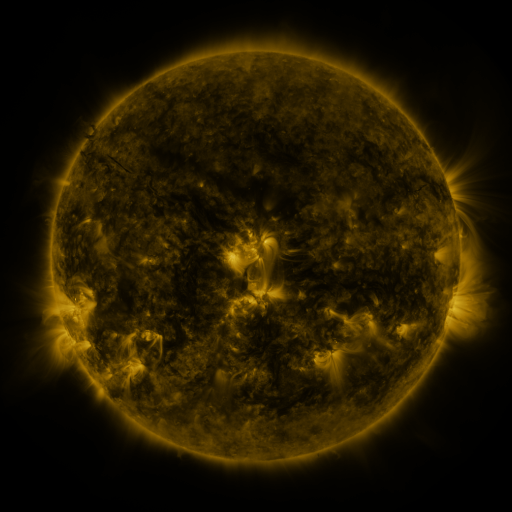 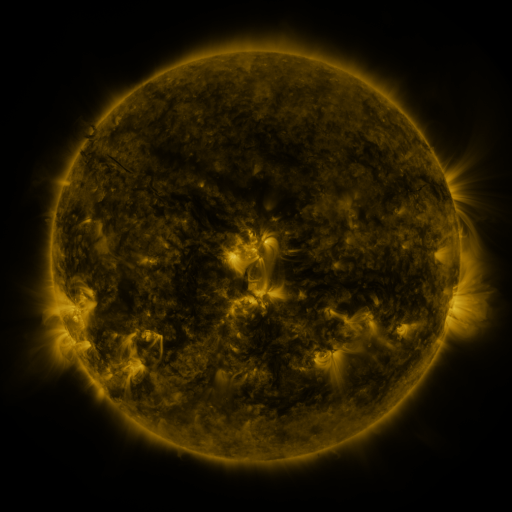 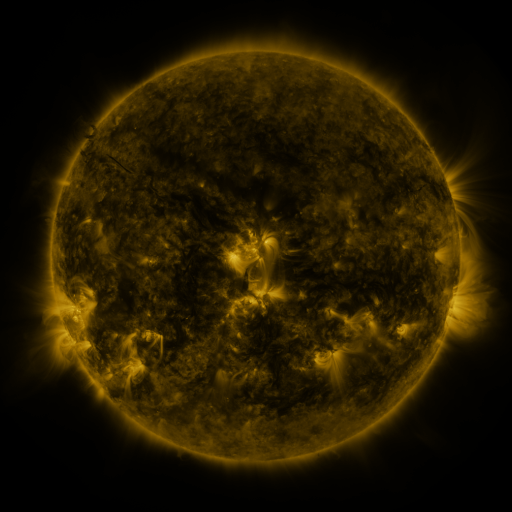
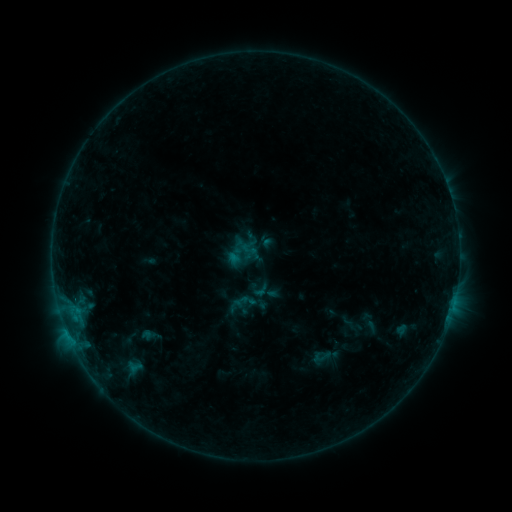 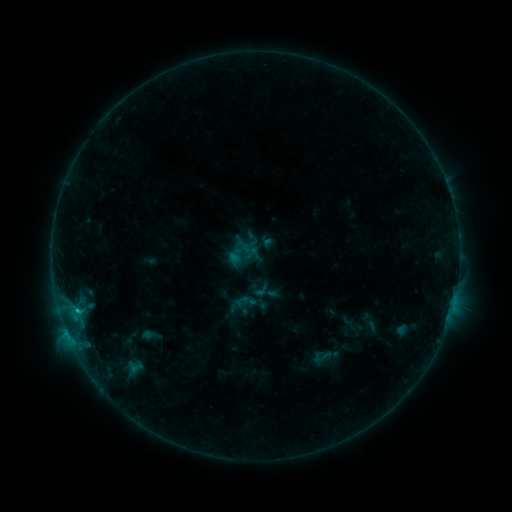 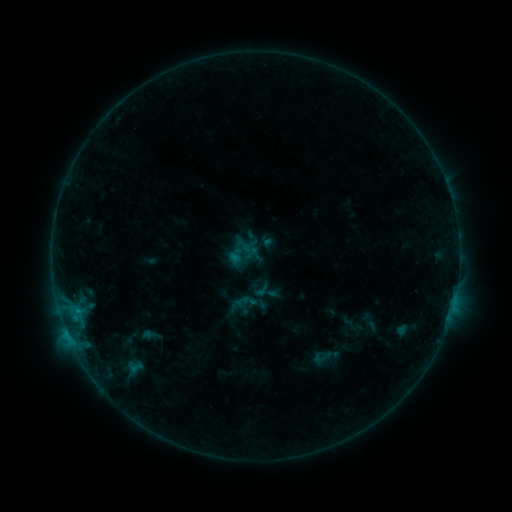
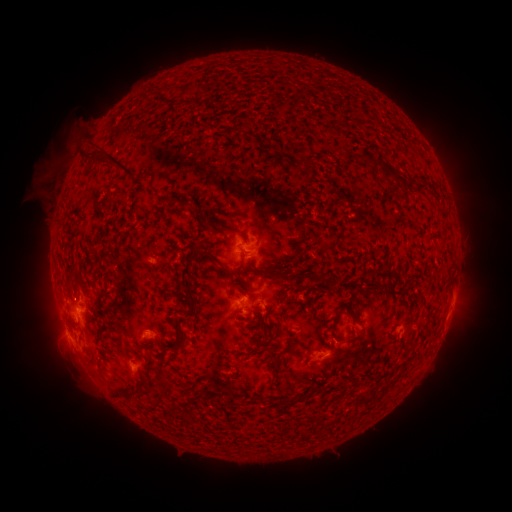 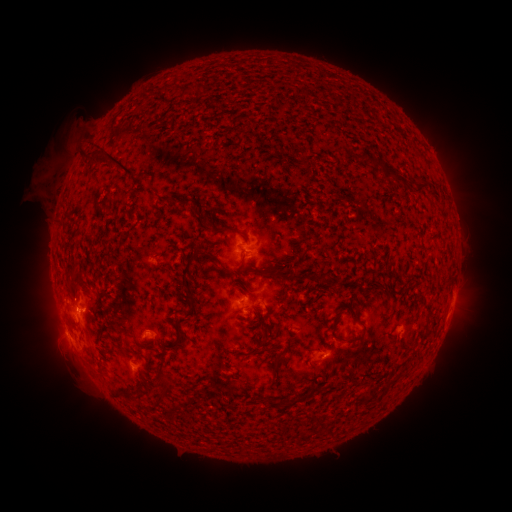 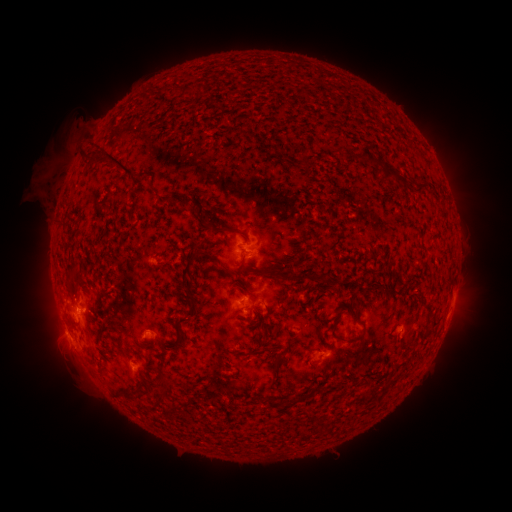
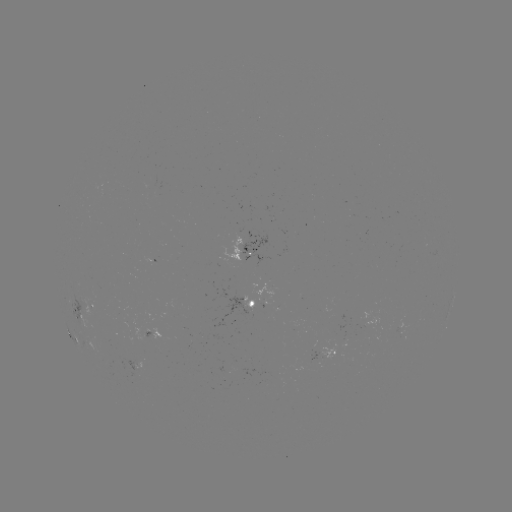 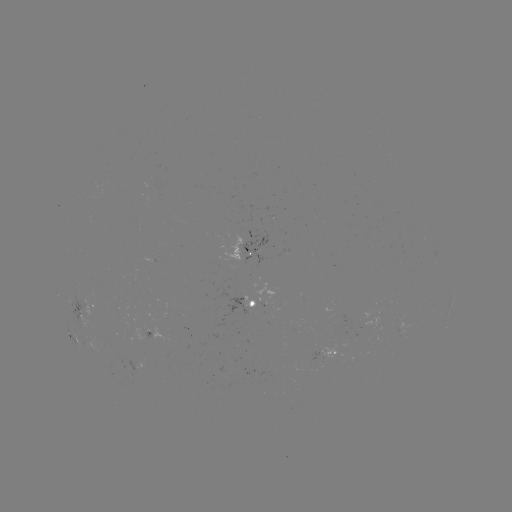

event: flare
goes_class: B6.9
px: (79, 311)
